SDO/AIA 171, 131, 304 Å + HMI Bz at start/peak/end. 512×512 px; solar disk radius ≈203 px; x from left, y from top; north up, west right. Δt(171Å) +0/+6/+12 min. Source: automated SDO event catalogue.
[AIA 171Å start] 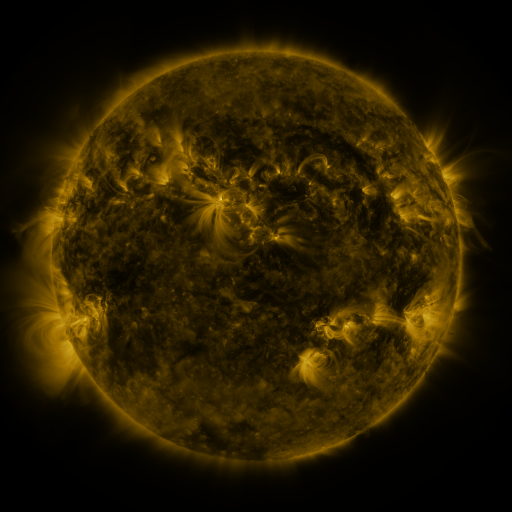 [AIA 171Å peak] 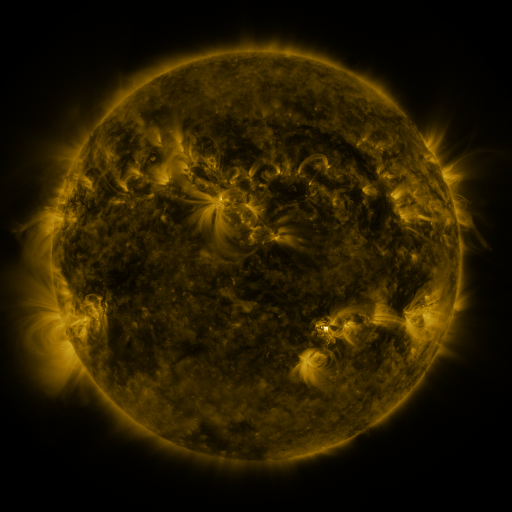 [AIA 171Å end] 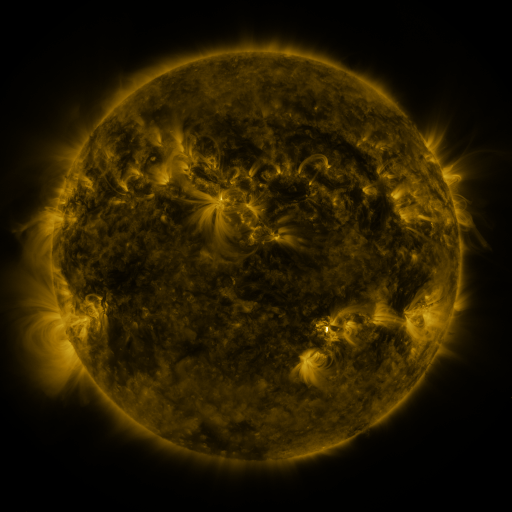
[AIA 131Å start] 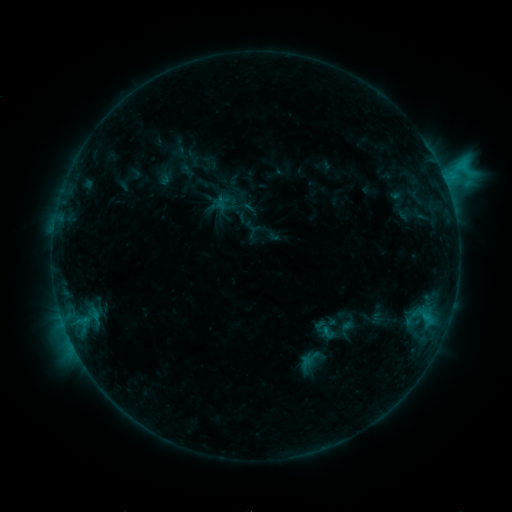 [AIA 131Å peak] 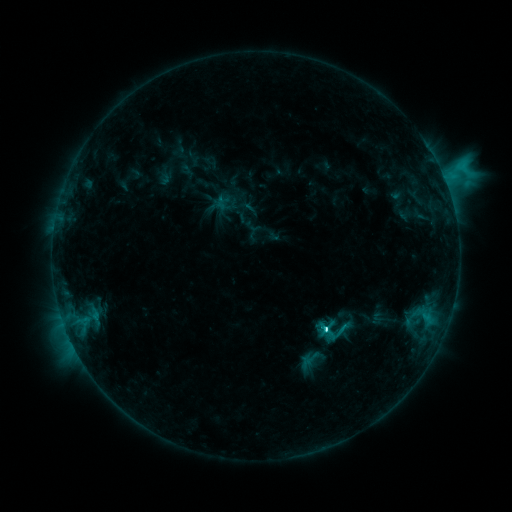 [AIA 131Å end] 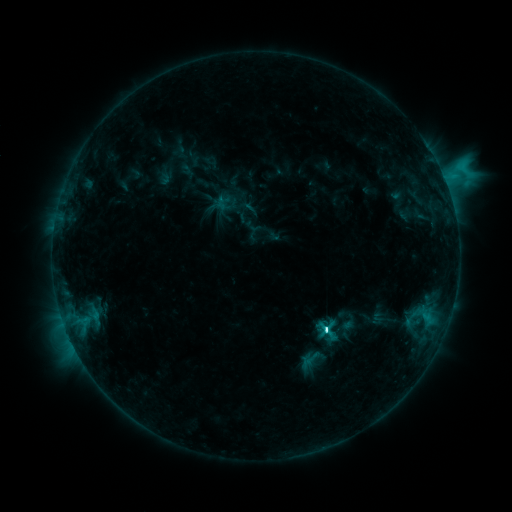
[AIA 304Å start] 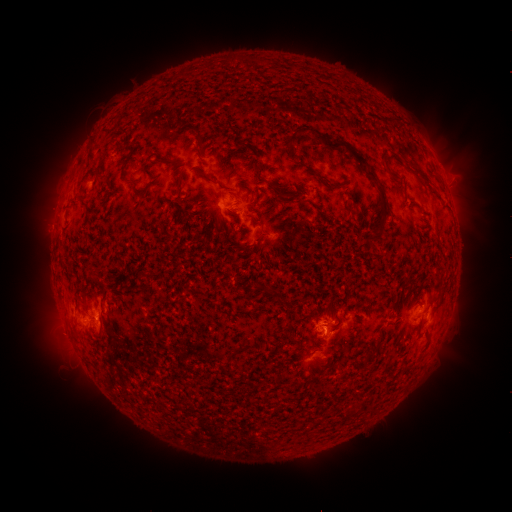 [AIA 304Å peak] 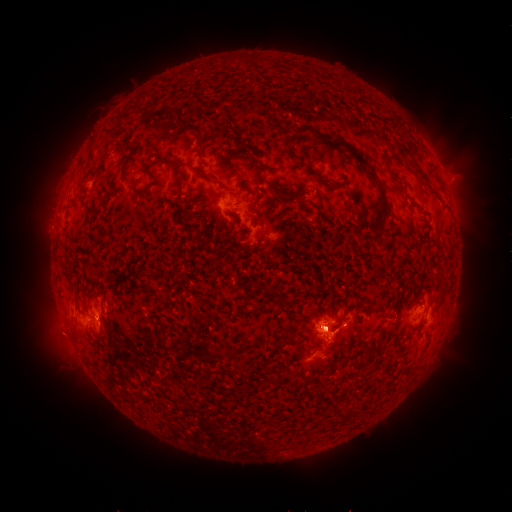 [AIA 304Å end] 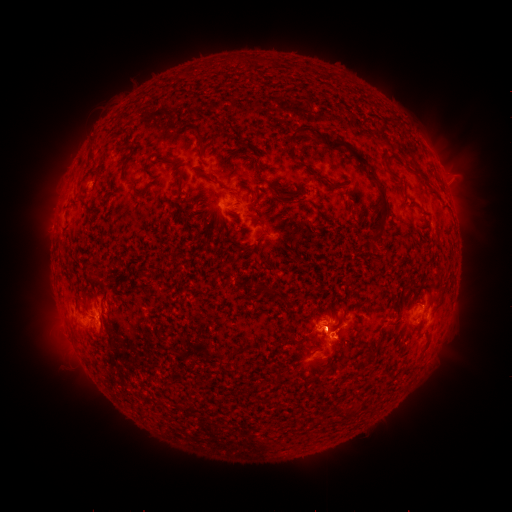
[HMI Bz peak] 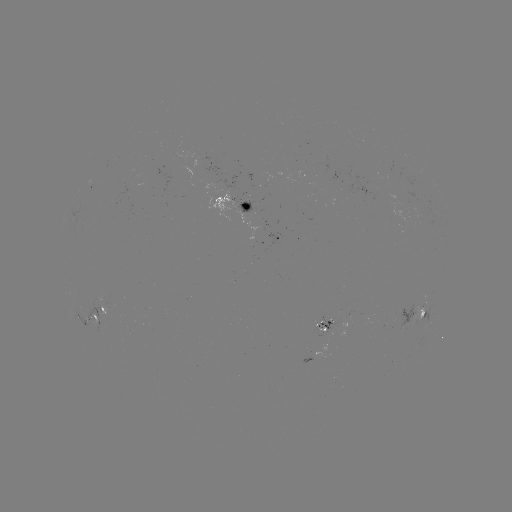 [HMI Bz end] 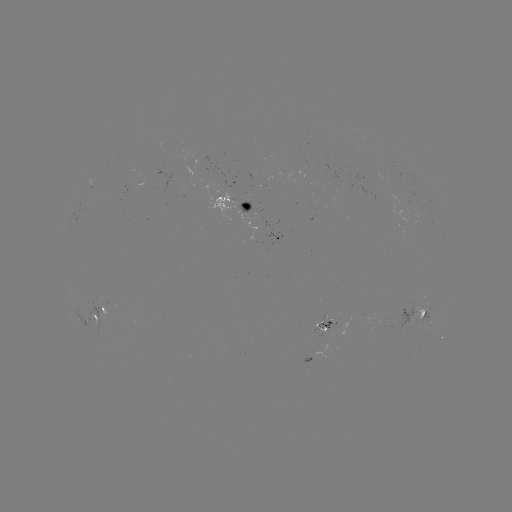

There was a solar flare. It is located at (326, 329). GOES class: C8.4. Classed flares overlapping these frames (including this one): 1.